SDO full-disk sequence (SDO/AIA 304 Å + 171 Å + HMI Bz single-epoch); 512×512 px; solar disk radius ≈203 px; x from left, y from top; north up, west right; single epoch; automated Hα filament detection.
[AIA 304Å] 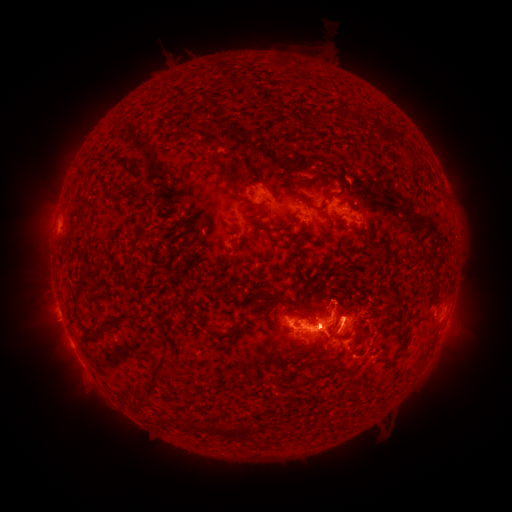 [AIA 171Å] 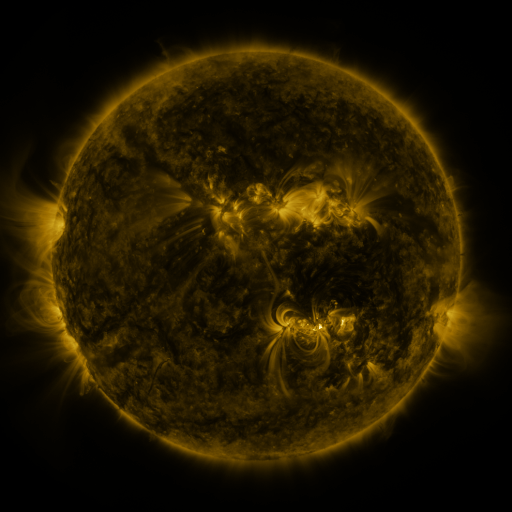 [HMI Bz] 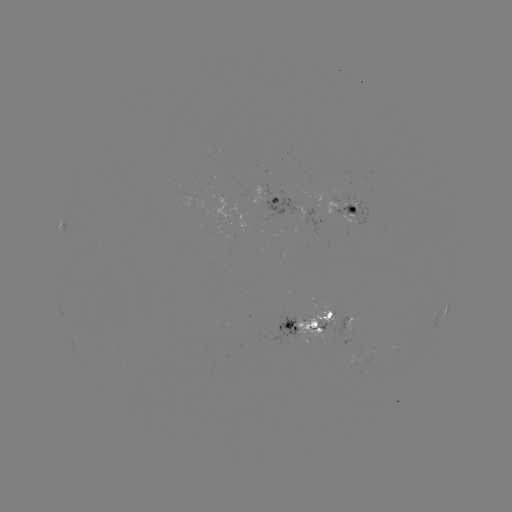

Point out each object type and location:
filament: <bbox>348, 113, 358, 122</bbox>
filament: <bbox>380, 127, 395, 143</bbox>
filament: <bbox>212, 159, 229, 179</bbox>
filament: <bbox>227, 185, 239, 195</bbox>
filament: <bbox>336, 201, 346, 207</bbox>
filament: <bbox>255, 210, 268, 218</bbox>
filament: <bbox>333, 268, 346, 275</bbox>
filament: <bbox>298, 309, 310, 321</bbox>
filament: <bbox>102, 310, 137, 327</bbox>
filament: <bbox>216, 331, 228, 338</bbox>
filament: <bbox>140, 355, 168, 395</bbox>
filament: <bbox>377, 355, 385, 365</bbox>
filament: <bbox>342, 369, 354, 377</bbox>
filament: <bbox>228, 425, 251, 442</bbox>
